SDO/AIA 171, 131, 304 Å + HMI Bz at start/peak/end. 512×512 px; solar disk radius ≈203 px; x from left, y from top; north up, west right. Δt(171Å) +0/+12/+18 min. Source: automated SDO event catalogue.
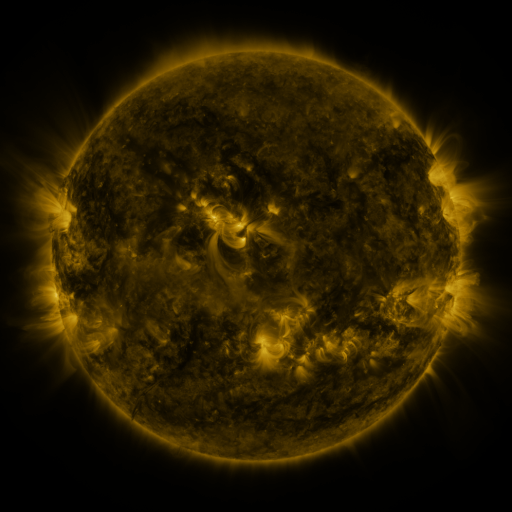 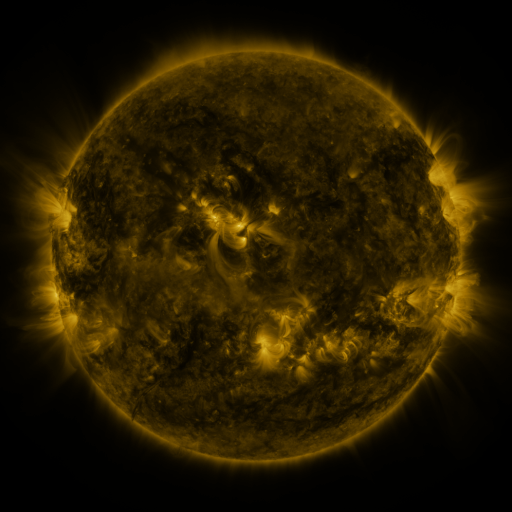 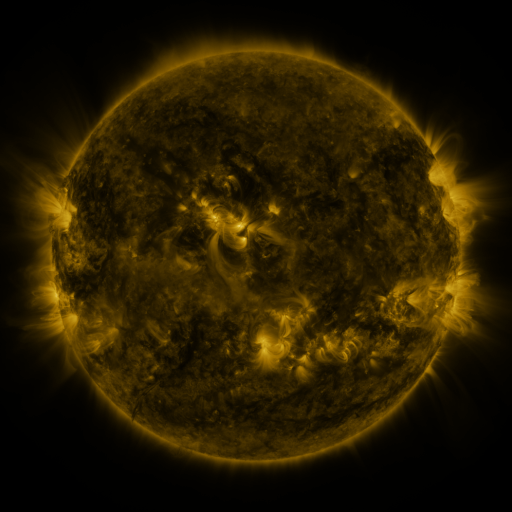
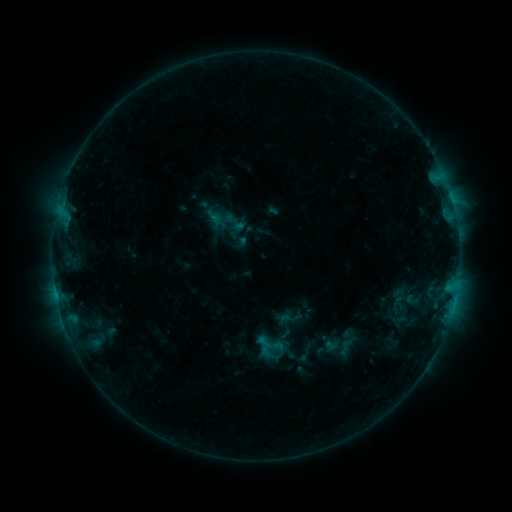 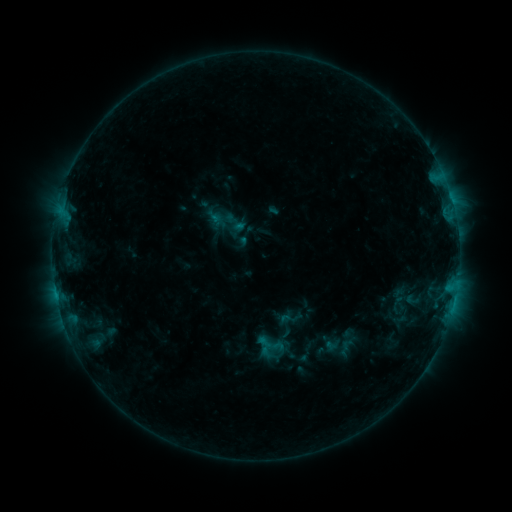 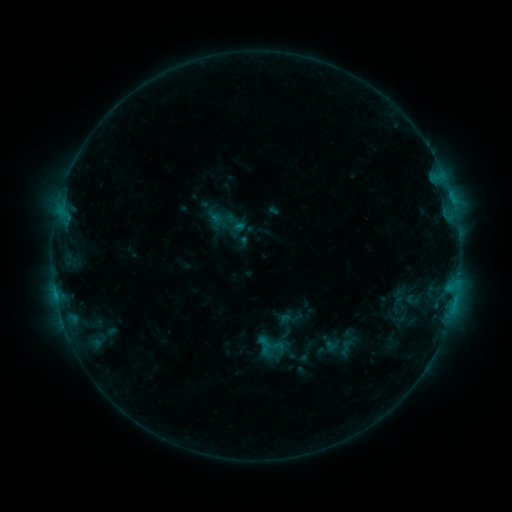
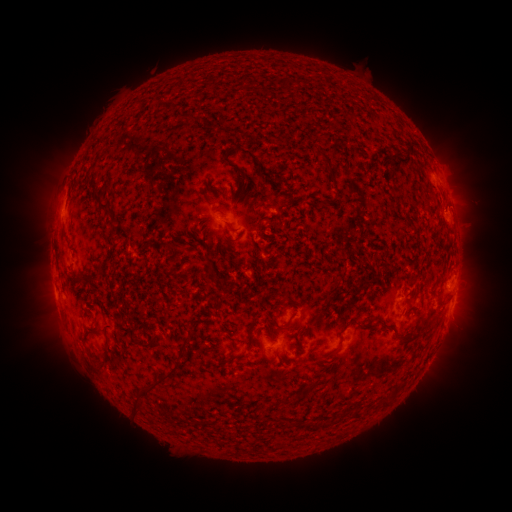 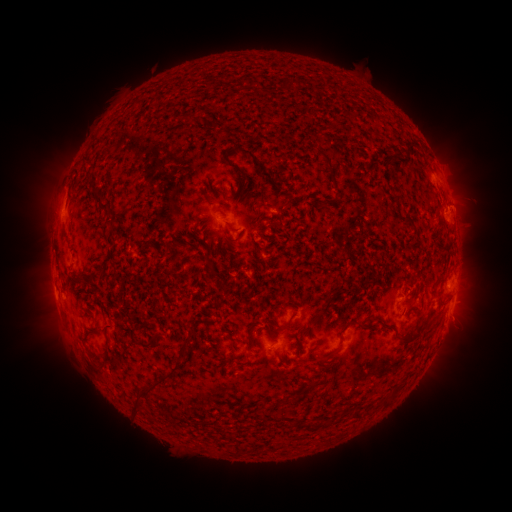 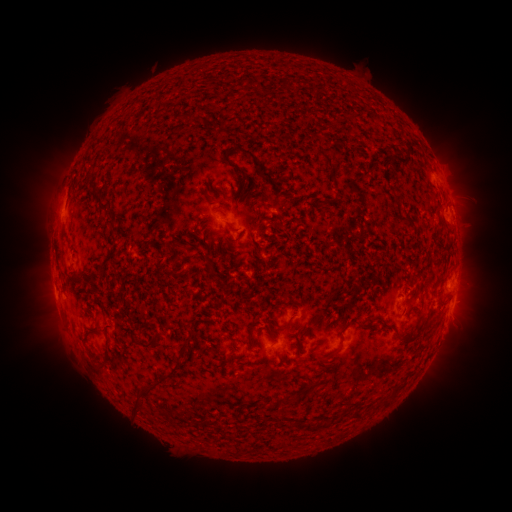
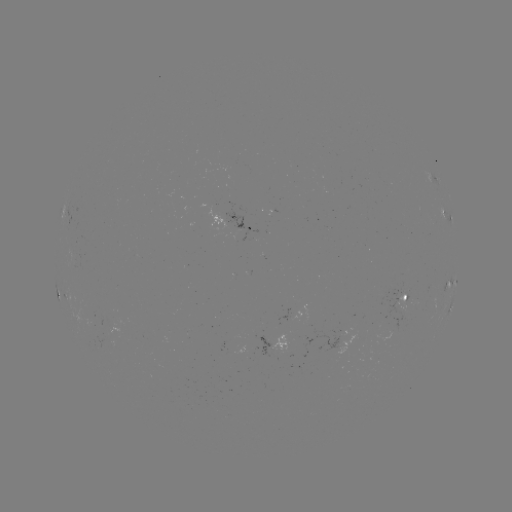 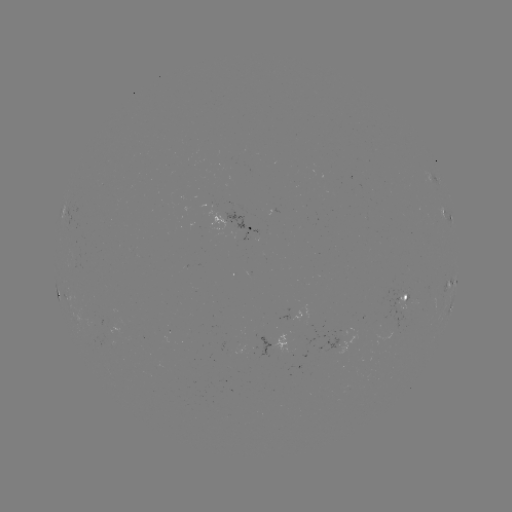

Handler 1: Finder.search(eruption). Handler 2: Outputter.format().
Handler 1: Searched eruption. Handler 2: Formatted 465,204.